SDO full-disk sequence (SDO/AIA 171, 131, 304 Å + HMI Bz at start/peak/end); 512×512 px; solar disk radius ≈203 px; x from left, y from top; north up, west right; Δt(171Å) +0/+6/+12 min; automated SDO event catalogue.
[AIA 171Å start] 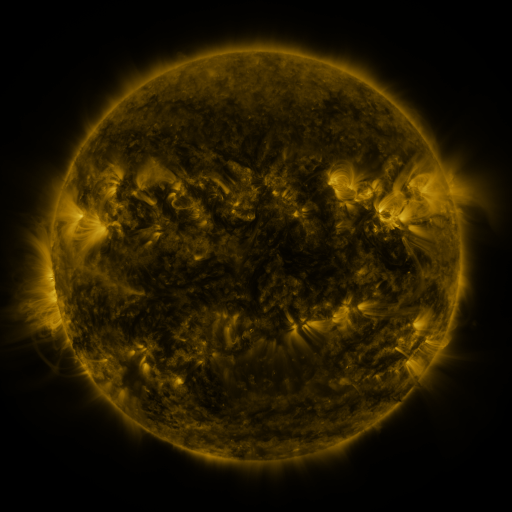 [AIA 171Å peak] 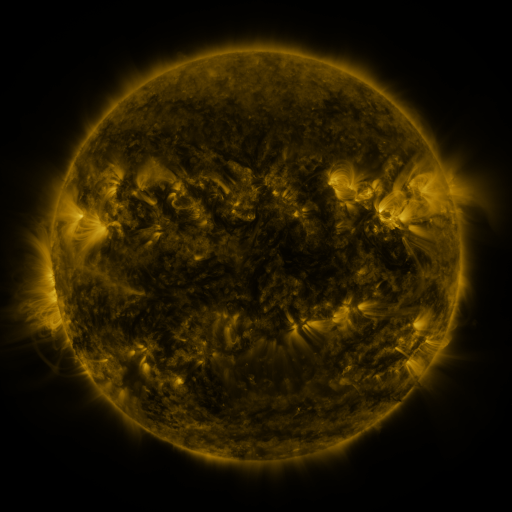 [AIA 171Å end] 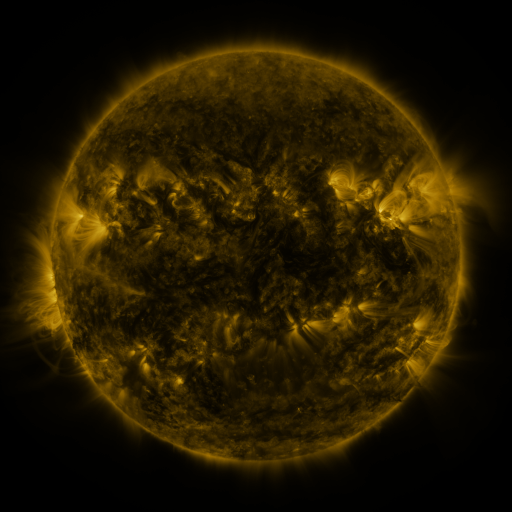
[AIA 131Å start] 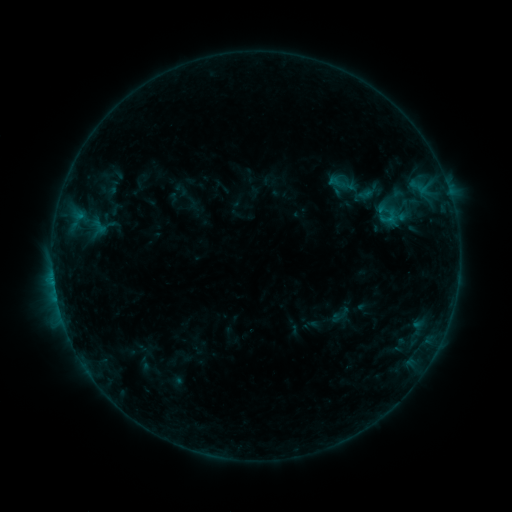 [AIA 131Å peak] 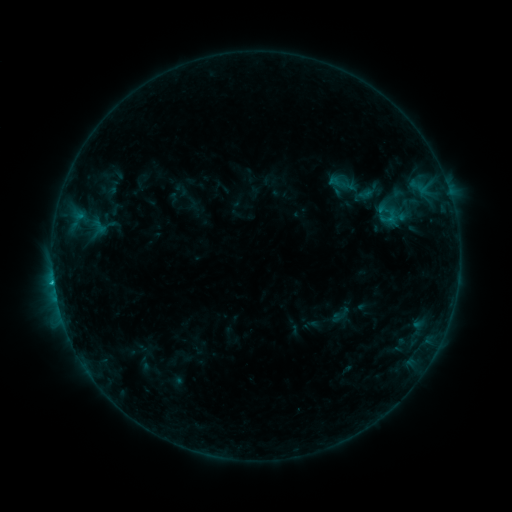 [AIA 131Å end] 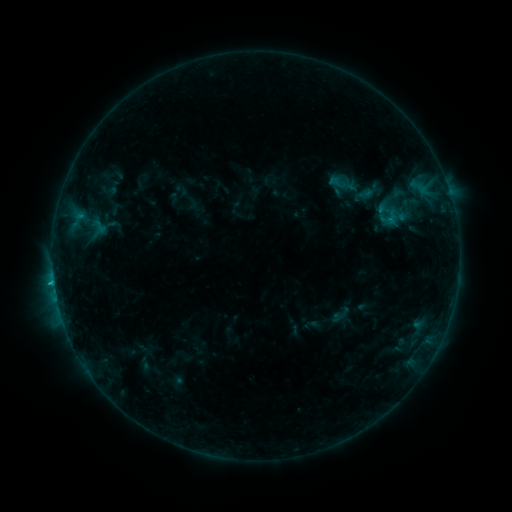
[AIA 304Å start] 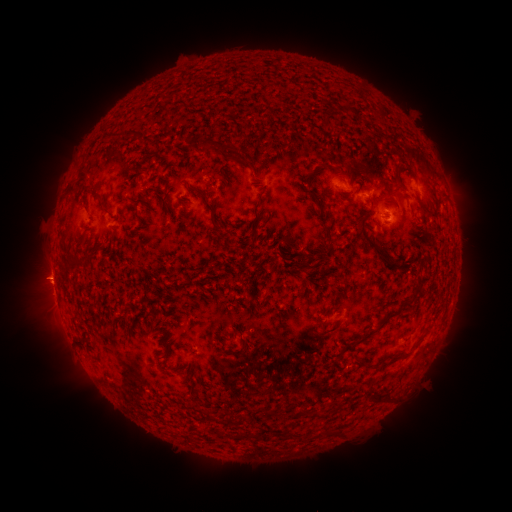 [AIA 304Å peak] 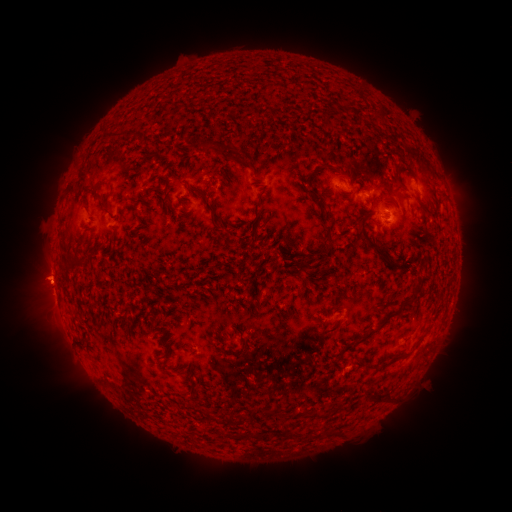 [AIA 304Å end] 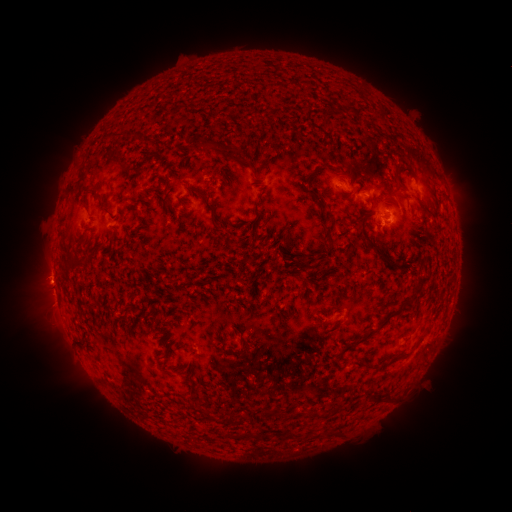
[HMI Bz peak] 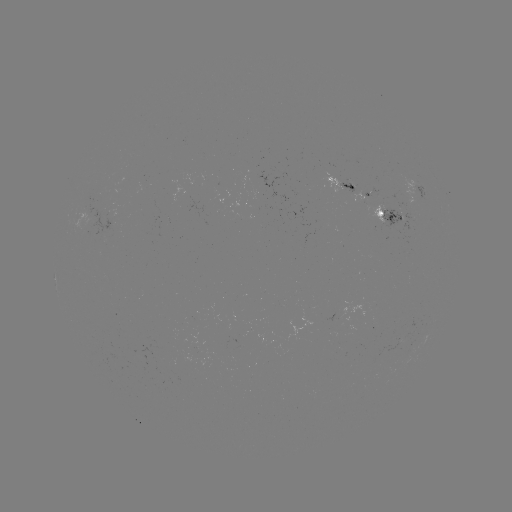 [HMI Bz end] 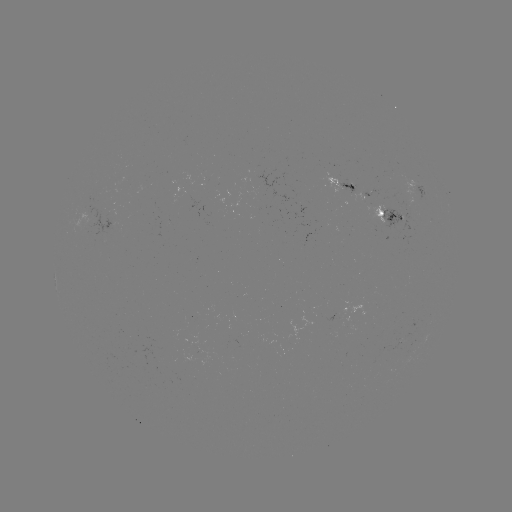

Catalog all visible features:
C1.0 flare: (54, 280)
